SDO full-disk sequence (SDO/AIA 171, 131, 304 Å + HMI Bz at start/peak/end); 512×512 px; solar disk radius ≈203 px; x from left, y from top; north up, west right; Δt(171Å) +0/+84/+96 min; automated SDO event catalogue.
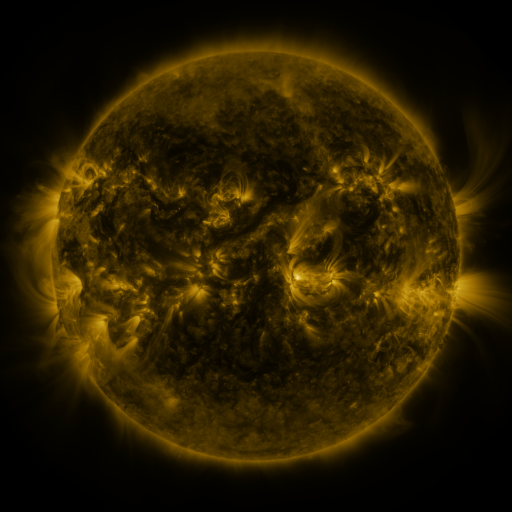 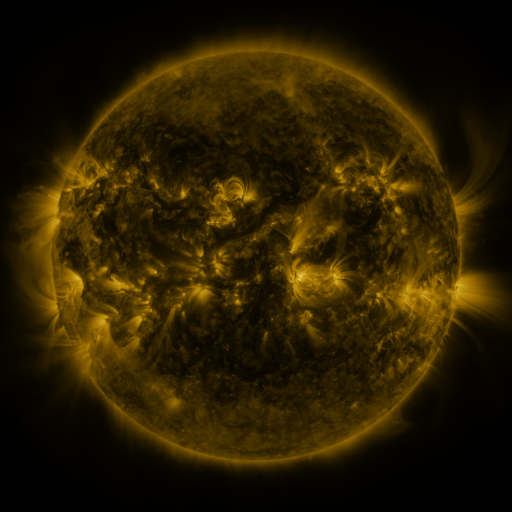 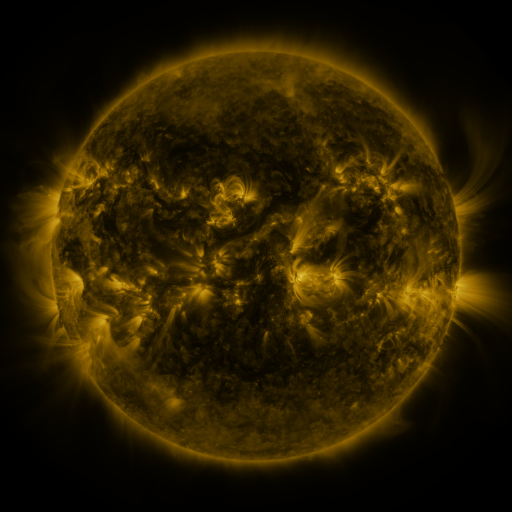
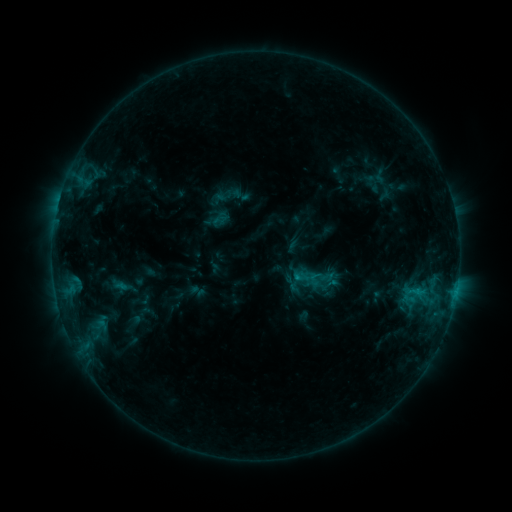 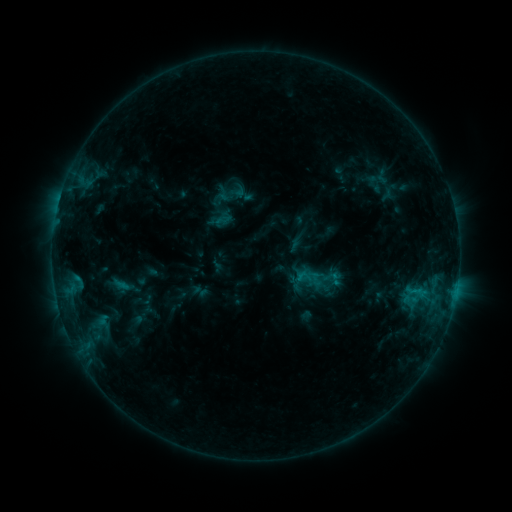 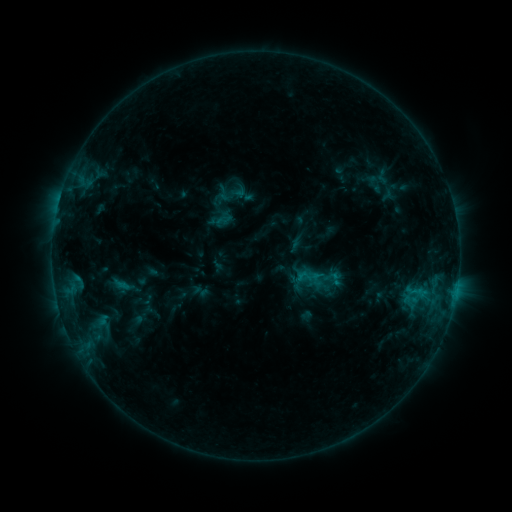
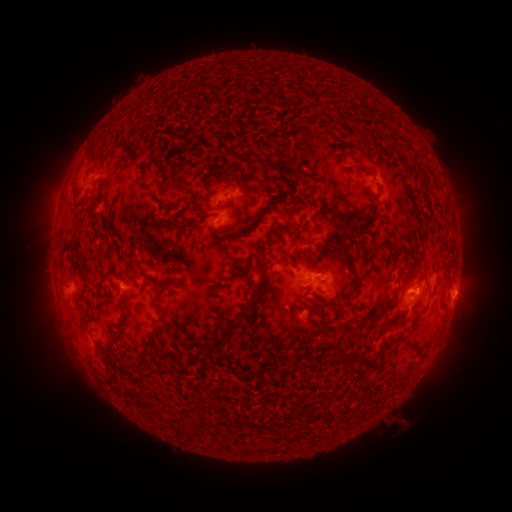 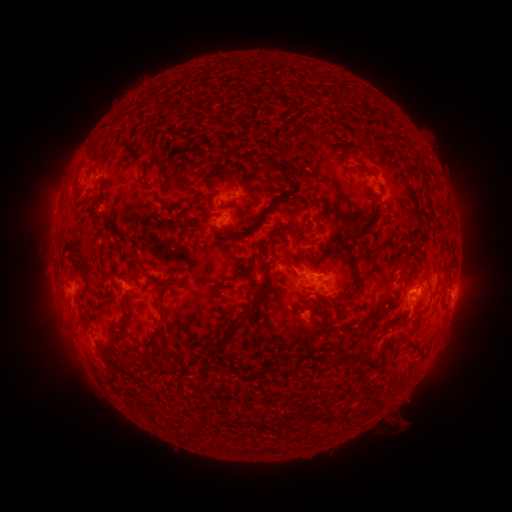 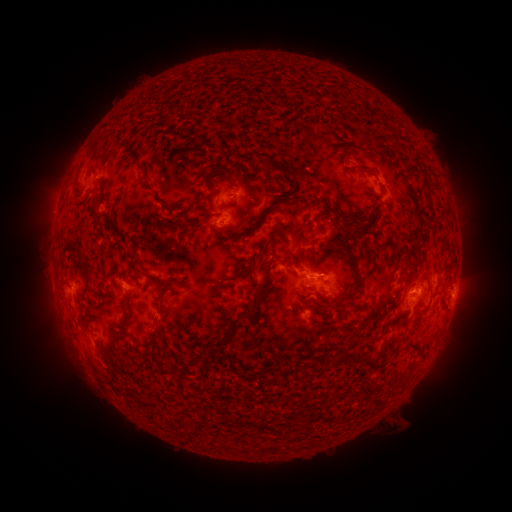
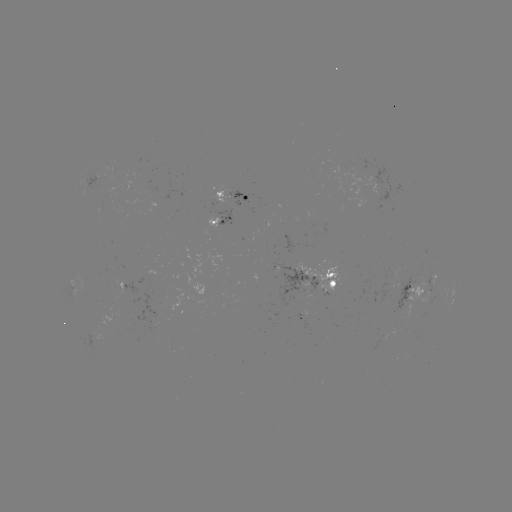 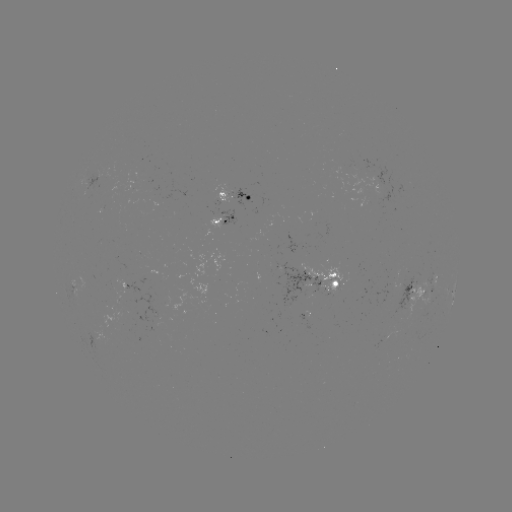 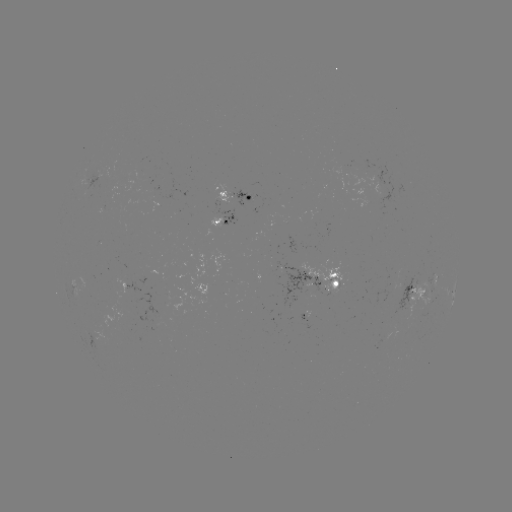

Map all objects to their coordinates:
emerging-flux region: (330, 285)
